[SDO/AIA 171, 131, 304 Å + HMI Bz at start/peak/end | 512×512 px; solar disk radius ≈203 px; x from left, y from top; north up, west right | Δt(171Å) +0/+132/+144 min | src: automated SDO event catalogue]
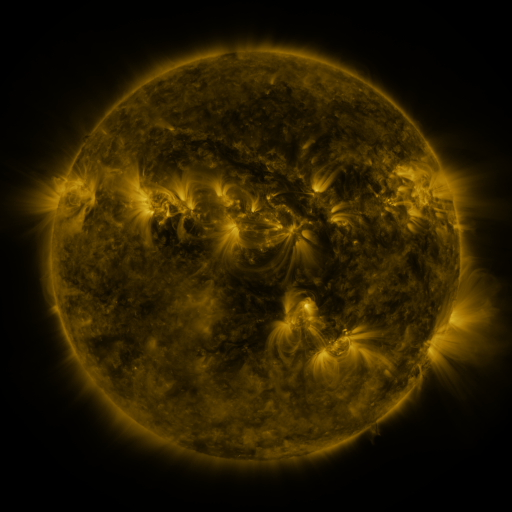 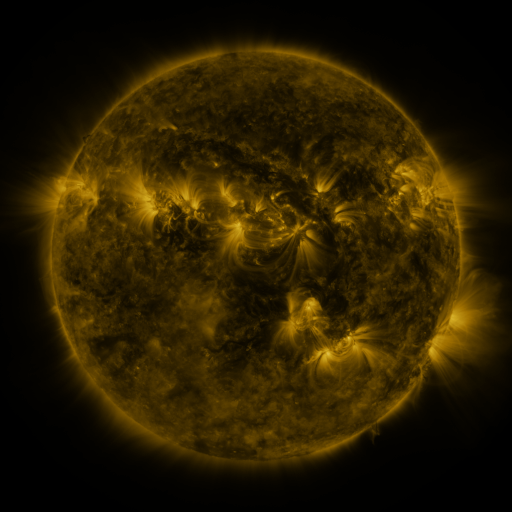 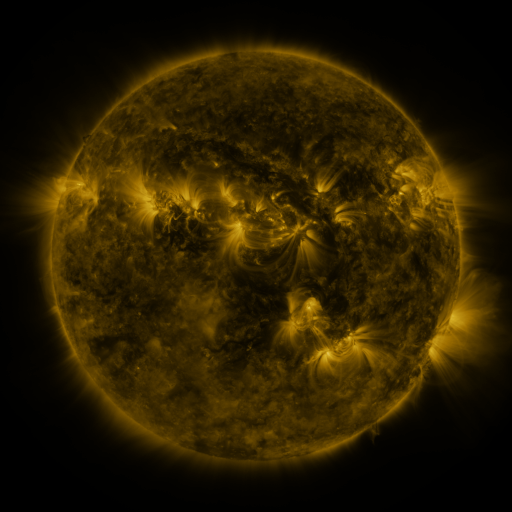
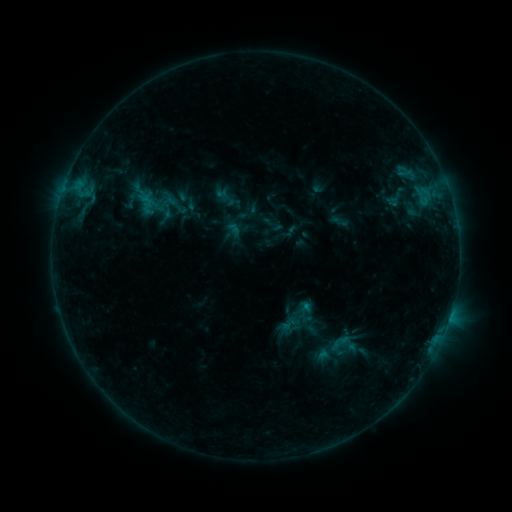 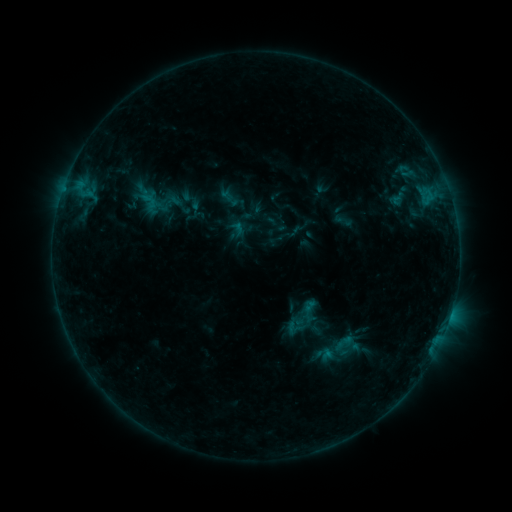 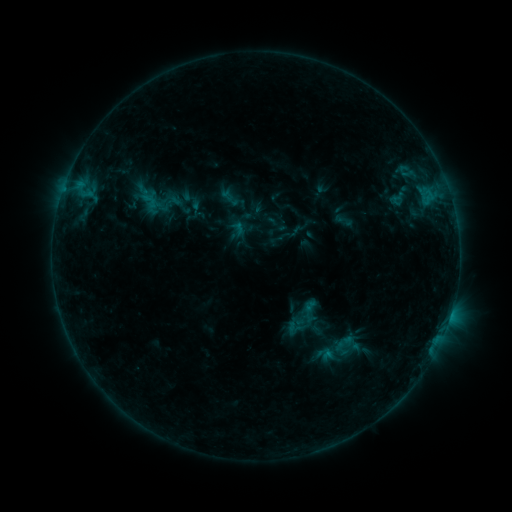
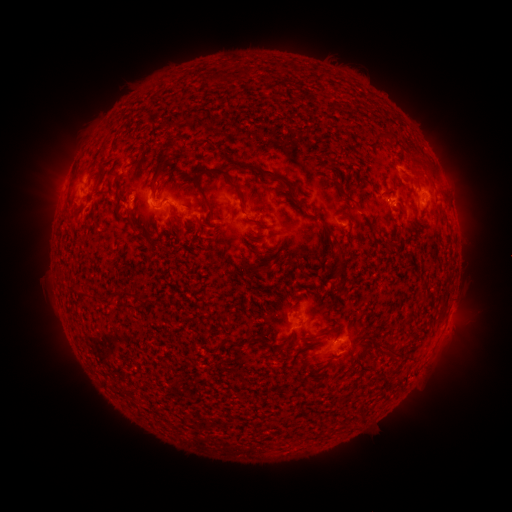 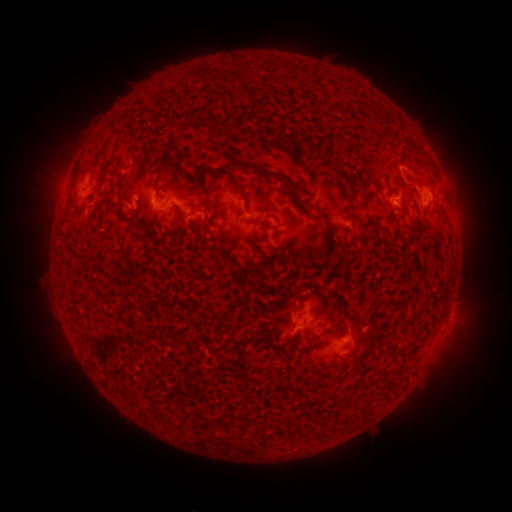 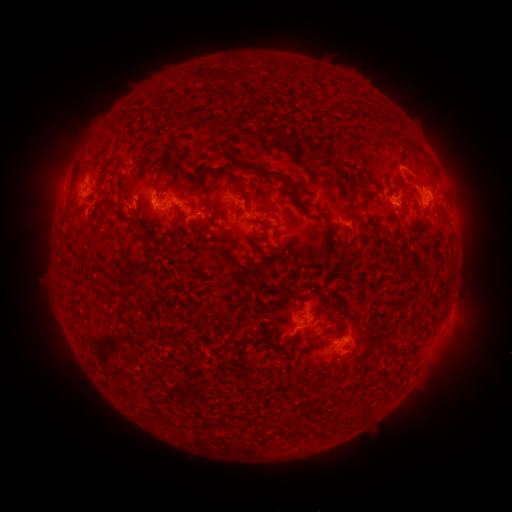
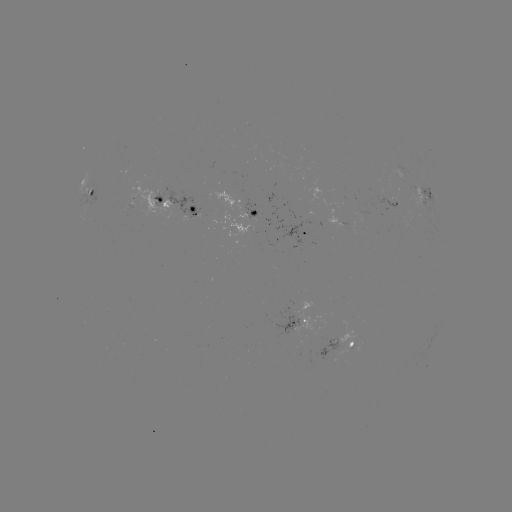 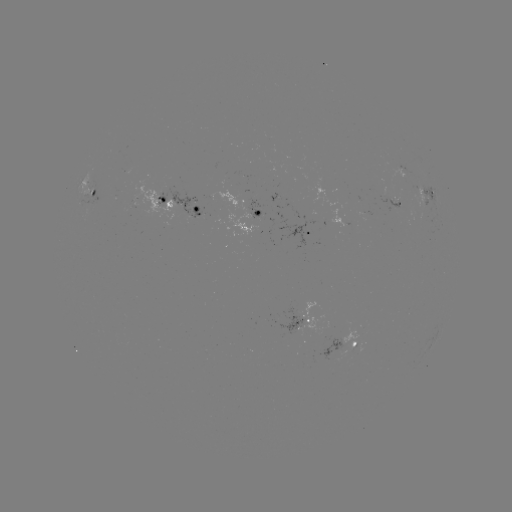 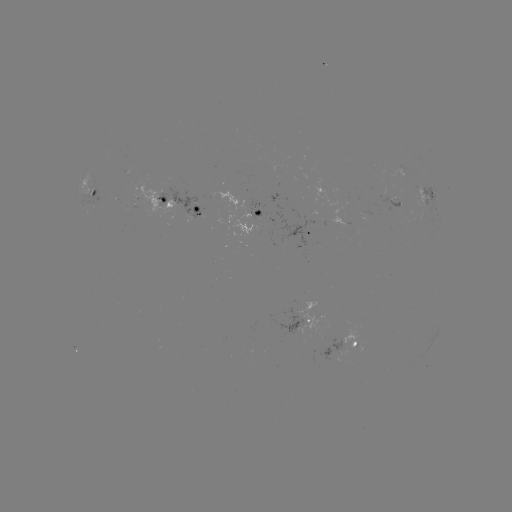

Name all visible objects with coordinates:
emerging-flux region: (393, 201)
